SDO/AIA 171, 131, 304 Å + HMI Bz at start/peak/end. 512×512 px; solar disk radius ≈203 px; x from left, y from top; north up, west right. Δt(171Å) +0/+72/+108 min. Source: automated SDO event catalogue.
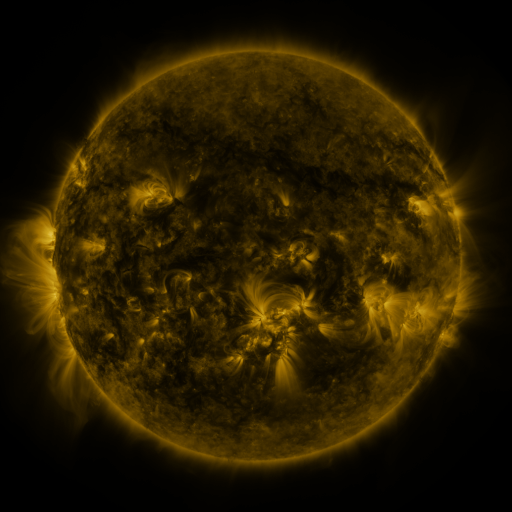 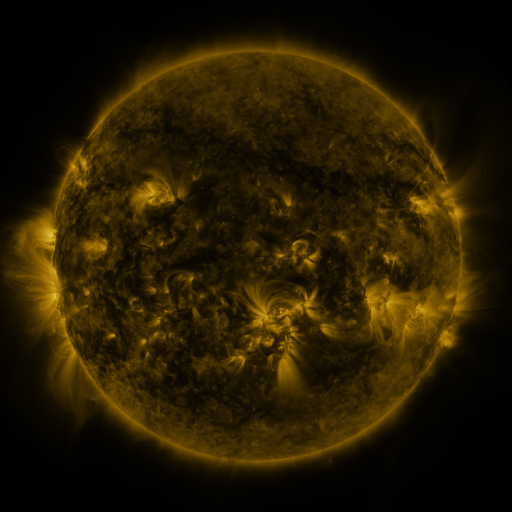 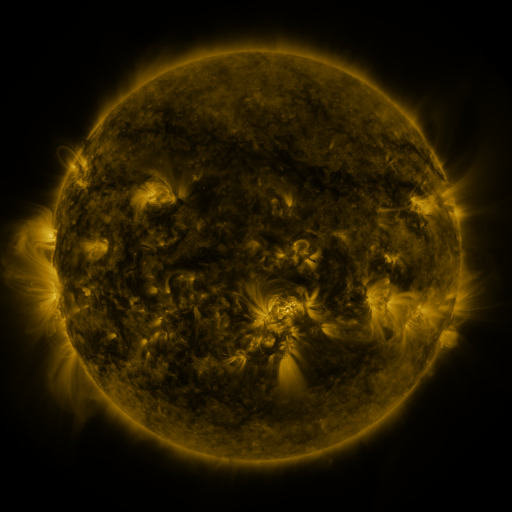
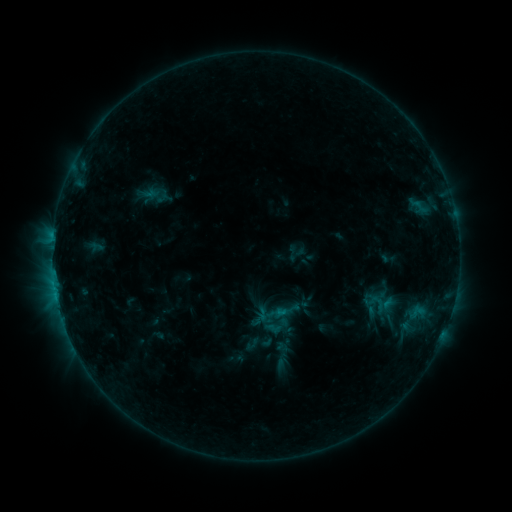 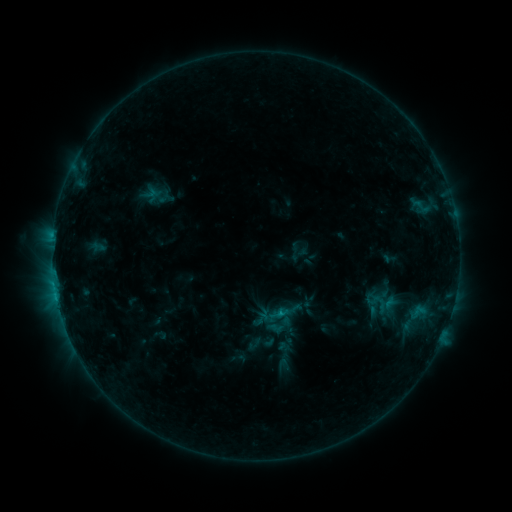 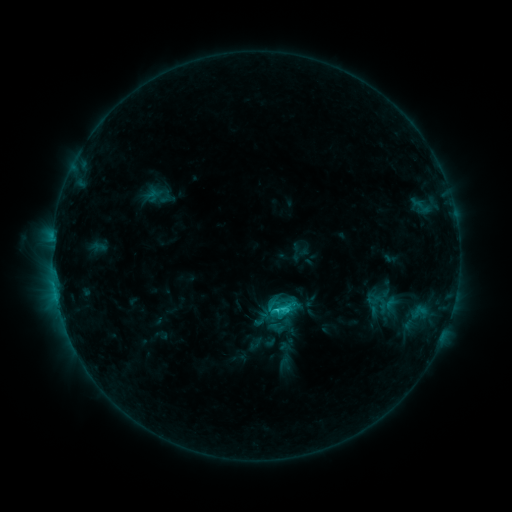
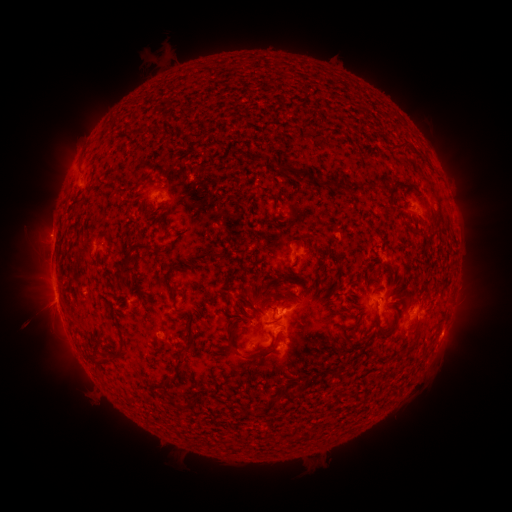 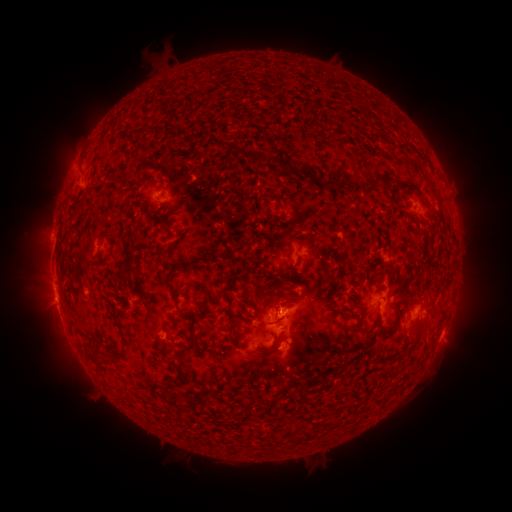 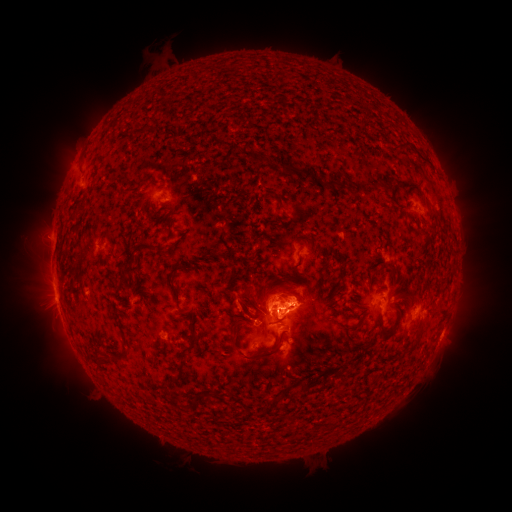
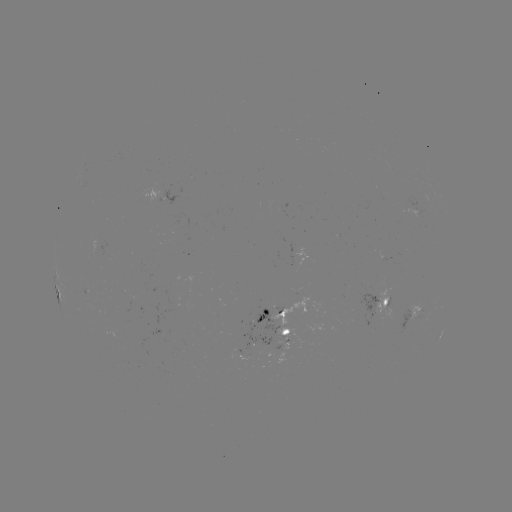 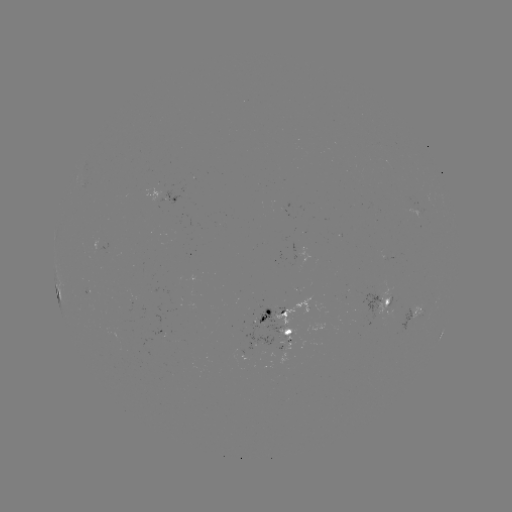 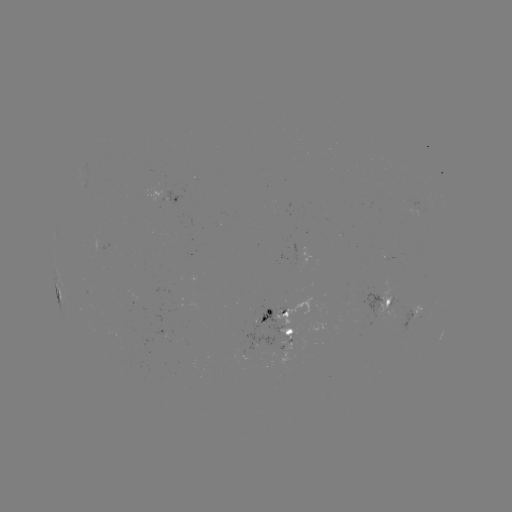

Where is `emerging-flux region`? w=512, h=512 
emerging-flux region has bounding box [145, 189, 160, 208].